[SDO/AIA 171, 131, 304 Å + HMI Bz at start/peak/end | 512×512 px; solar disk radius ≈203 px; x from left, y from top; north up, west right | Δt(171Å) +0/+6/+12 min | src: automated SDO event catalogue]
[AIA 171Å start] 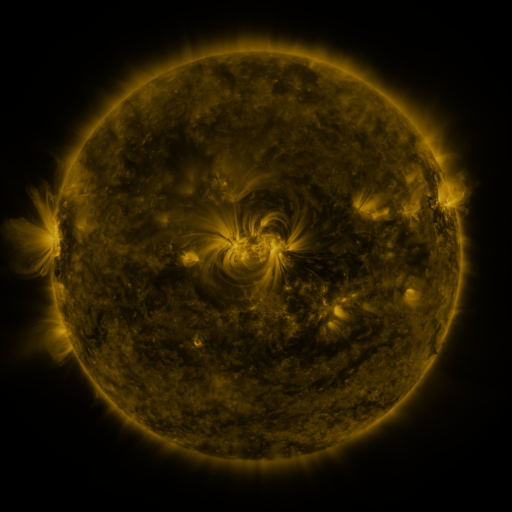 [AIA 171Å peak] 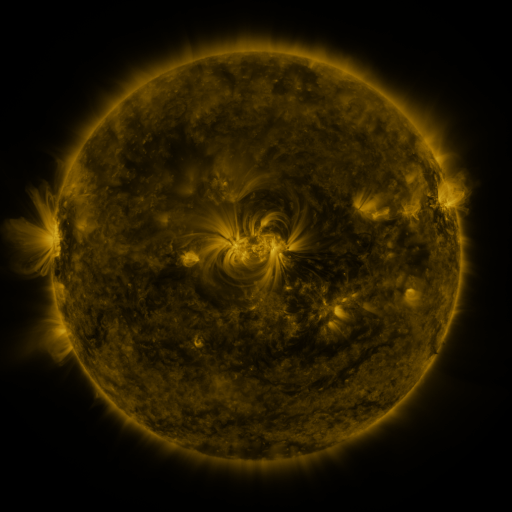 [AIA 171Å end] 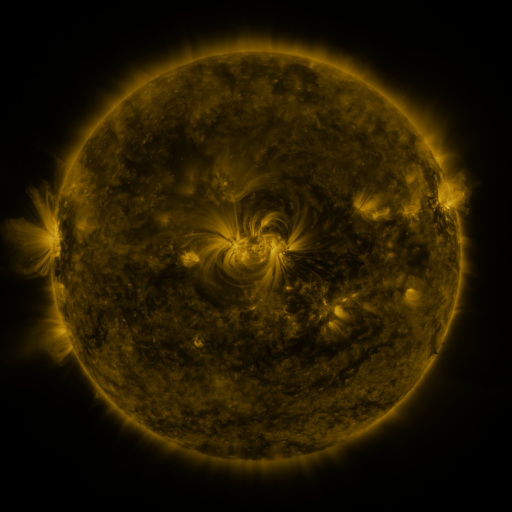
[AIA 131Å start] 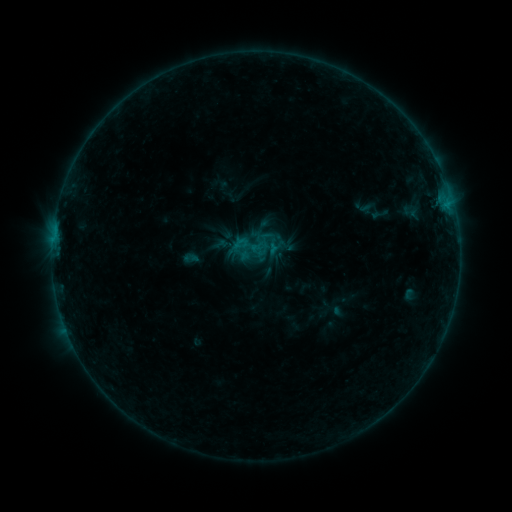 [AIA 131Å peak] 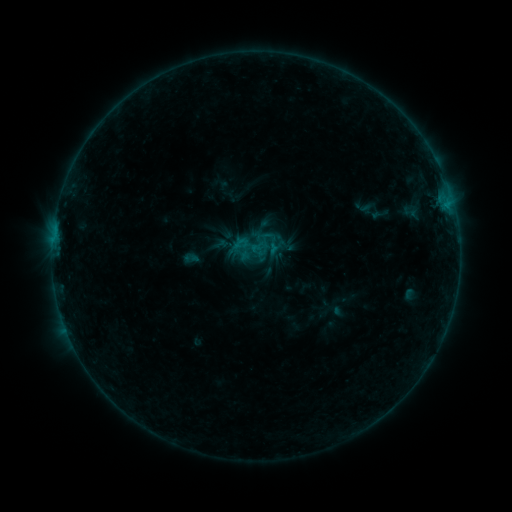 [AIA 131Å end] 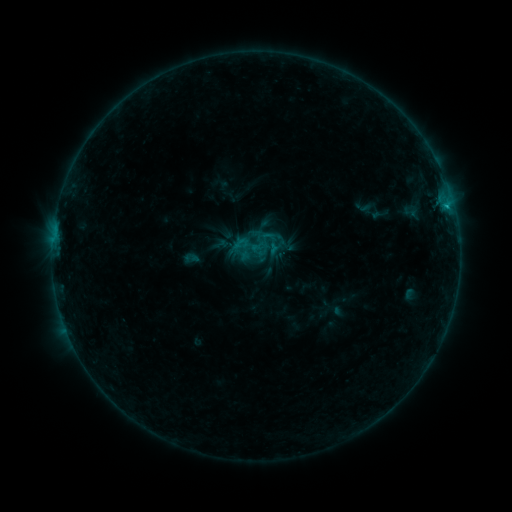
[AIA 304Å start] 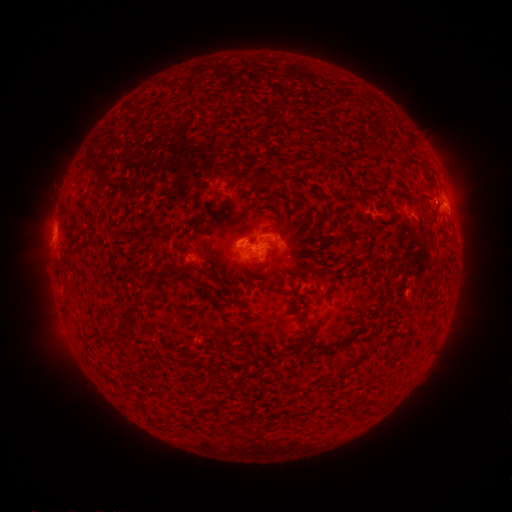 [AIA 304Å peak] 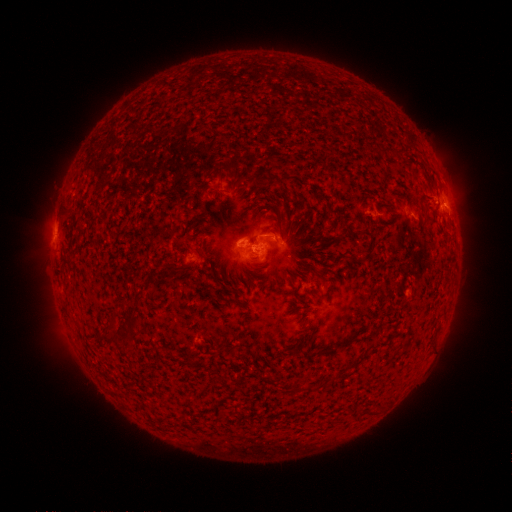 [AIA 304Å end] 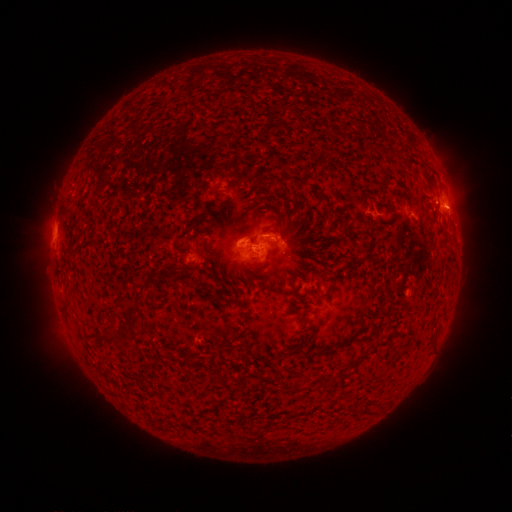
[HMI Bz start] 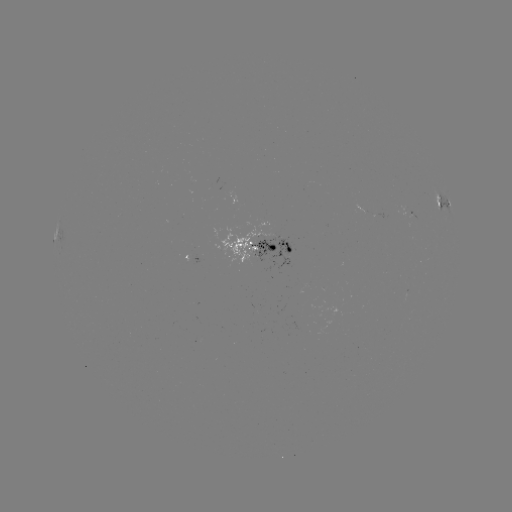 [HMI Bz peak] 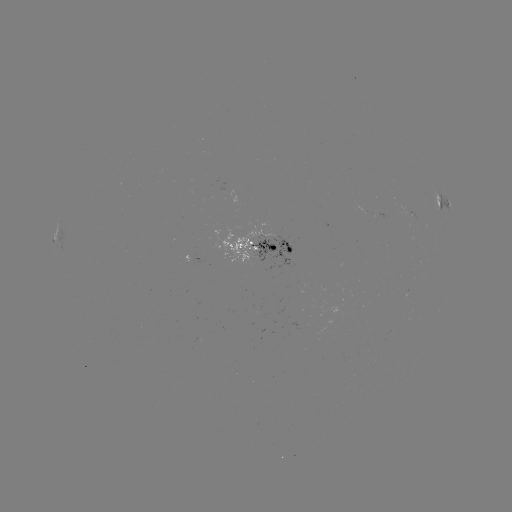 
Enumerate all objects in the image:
C1.1 flare: (447, 210)
